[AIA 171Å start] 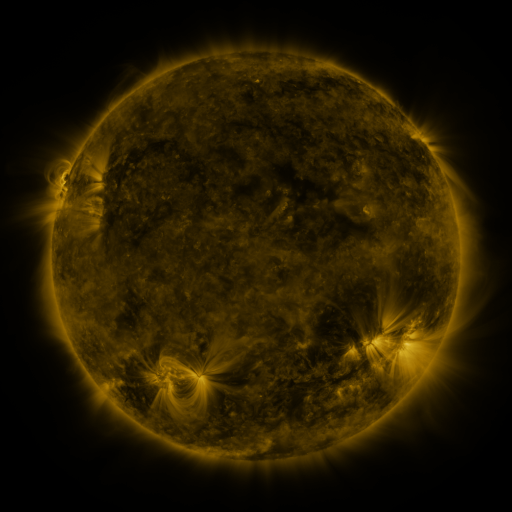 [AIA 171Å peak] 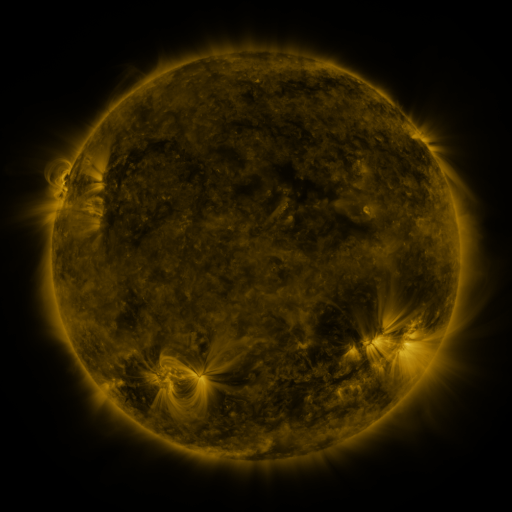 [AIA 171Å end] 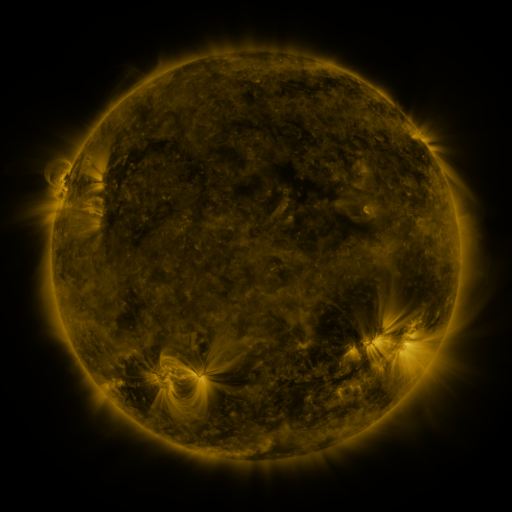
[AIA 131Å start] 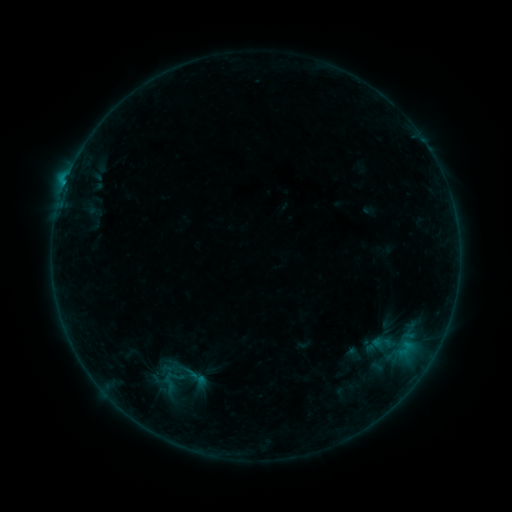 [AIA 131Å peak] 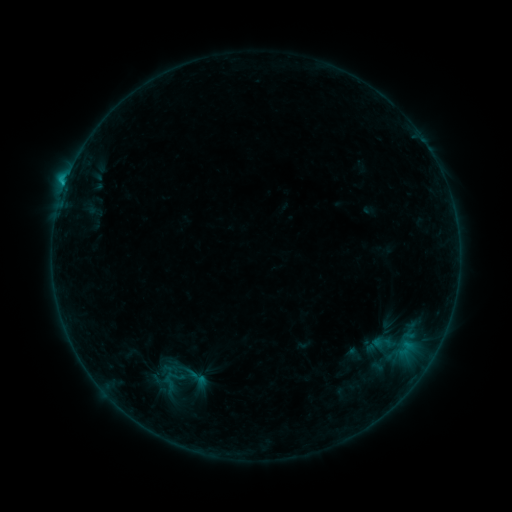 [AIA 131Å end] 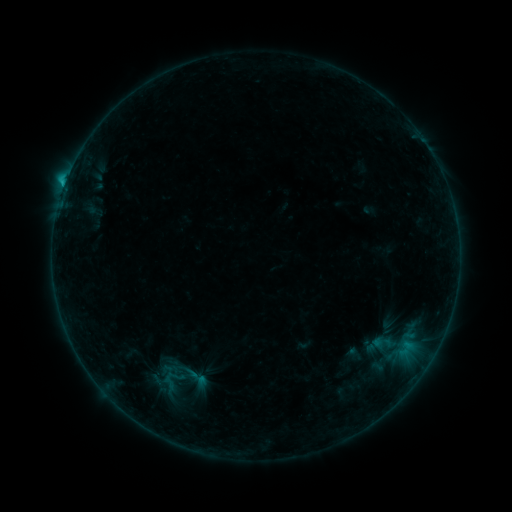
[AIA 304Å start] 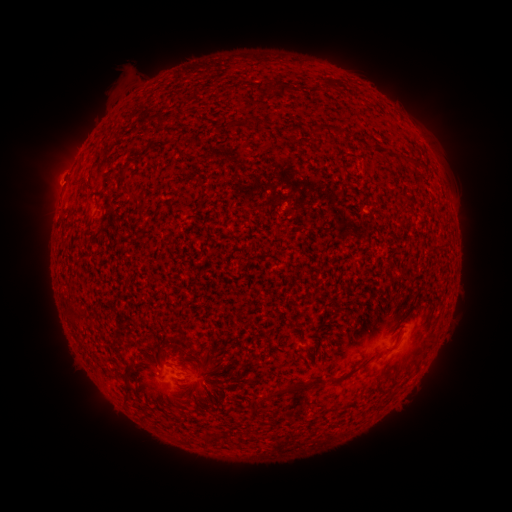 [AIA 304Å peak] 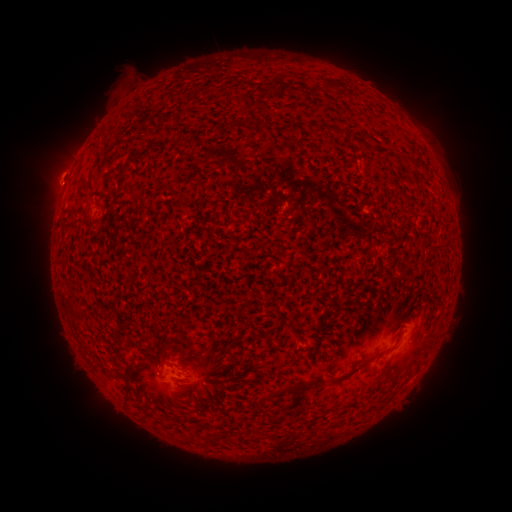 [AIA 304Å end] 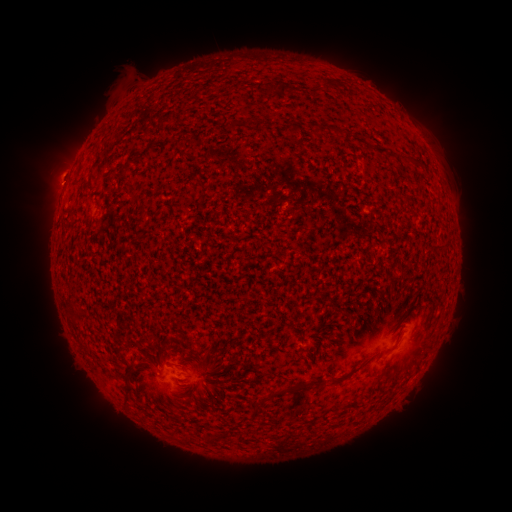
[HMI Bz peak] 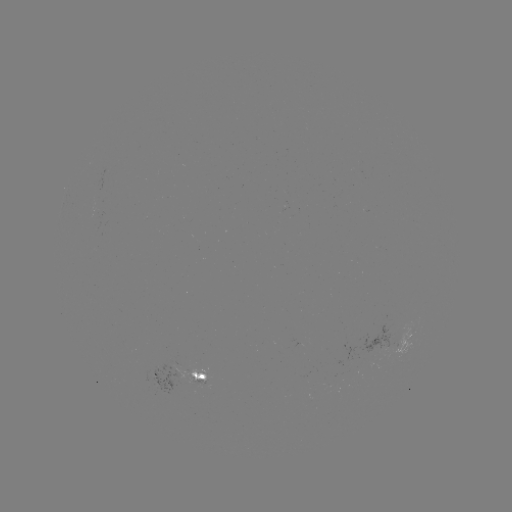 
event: flare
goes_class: C1.2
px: (65, 188)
